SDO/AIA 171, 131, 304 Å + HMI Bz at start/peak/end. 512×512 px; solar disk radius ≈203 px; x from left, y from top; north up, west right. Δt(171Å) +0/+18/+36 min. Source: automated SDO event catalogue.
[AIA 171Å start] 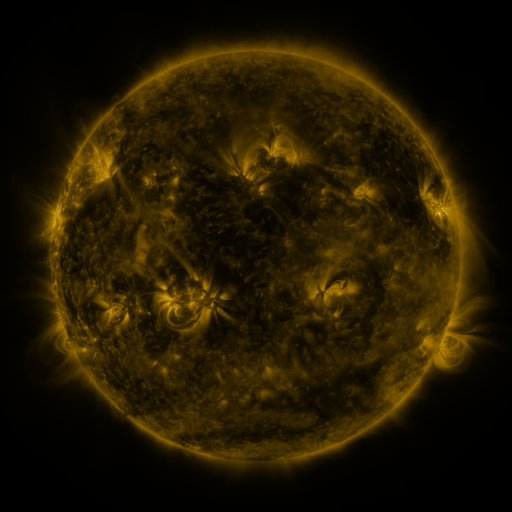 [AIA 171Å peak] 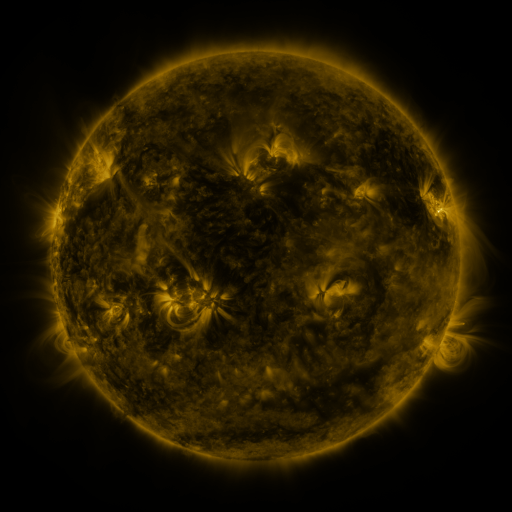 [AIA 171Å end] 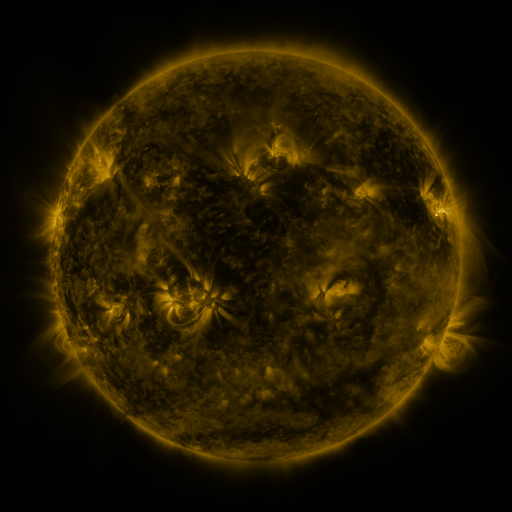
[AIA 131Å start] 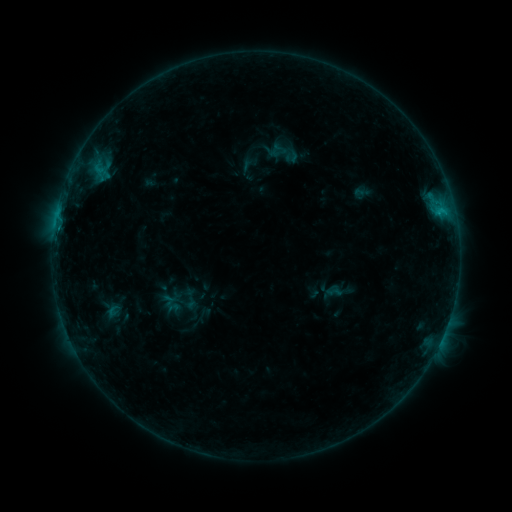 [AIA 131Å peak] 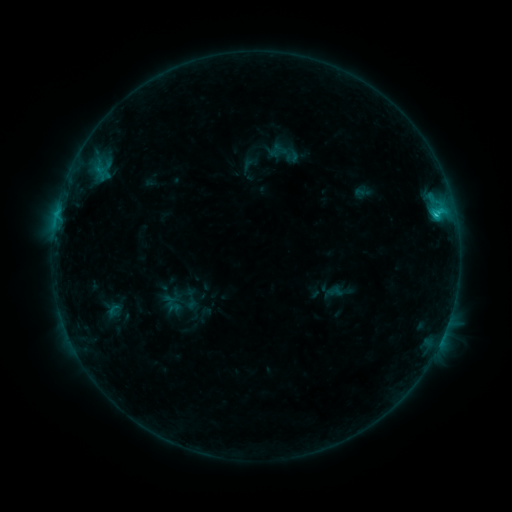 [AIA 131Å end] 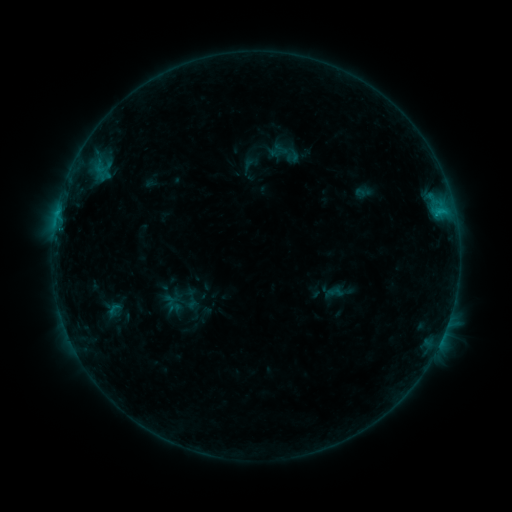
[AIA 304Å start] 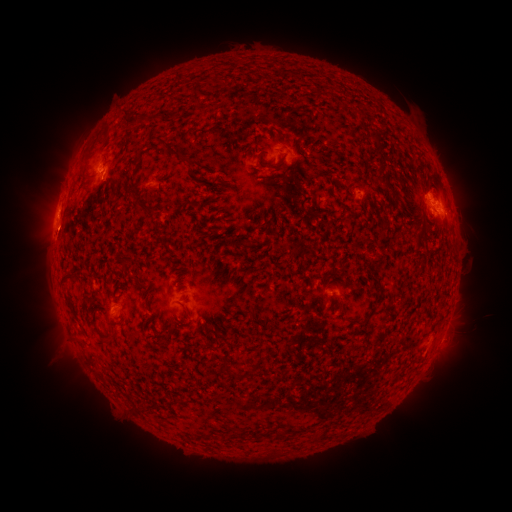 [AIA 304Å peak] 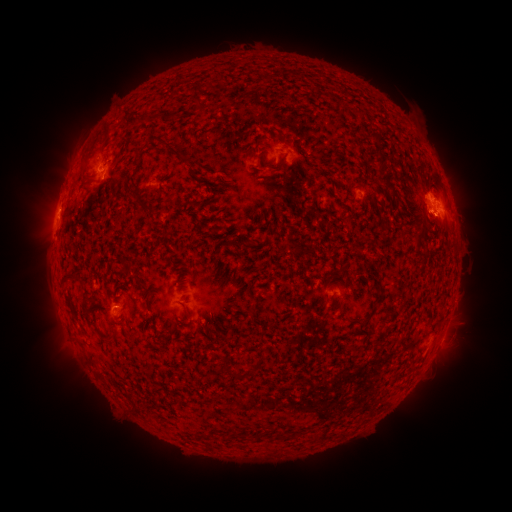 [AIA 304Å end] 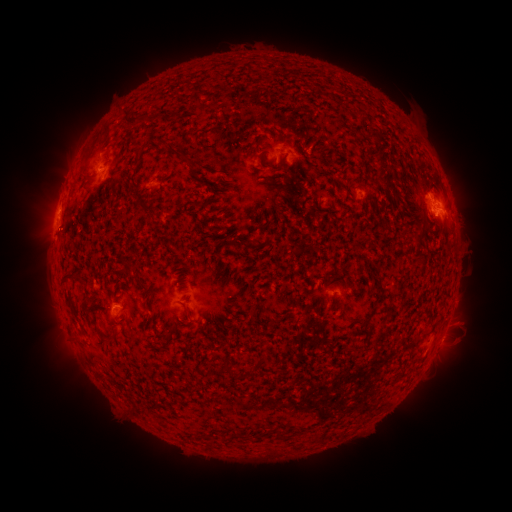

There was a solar flare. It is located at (435, 216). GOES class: C1.5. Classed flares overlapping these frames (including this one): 1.